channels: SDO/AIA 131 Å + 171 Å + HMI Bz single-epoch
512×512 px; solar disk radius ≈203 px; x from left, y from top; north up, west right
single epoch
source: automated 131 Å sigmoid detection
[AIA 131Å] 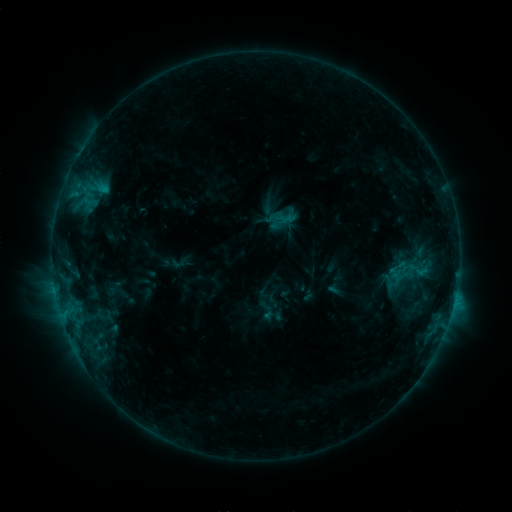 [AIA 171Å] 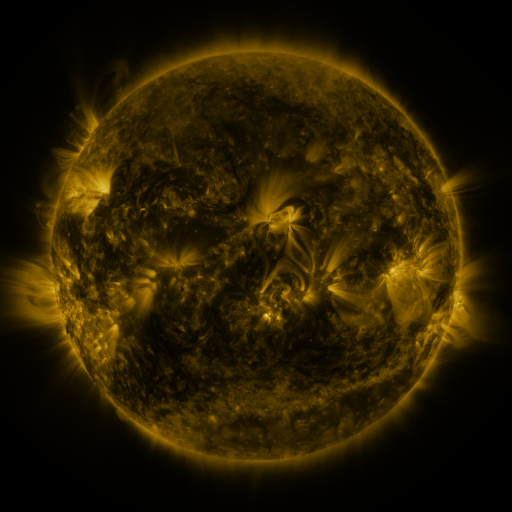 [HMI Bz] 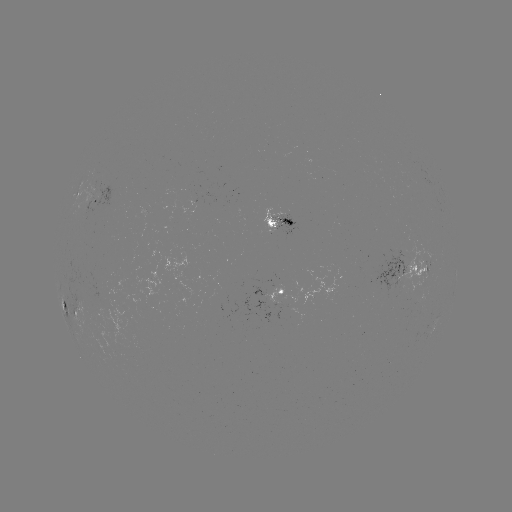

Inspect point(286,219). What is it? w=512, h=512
sigmoid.